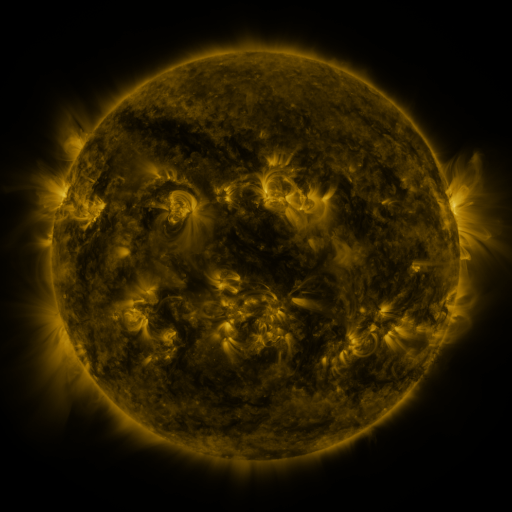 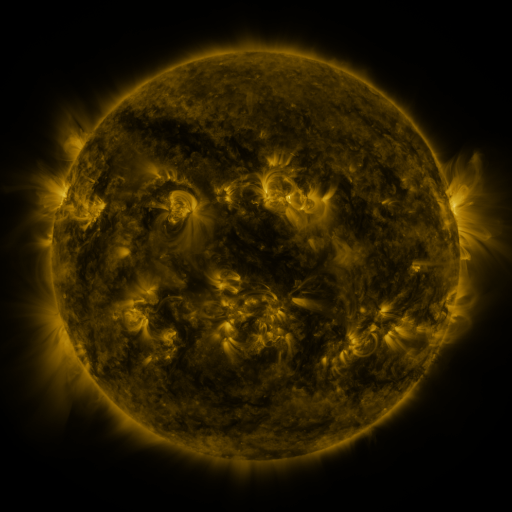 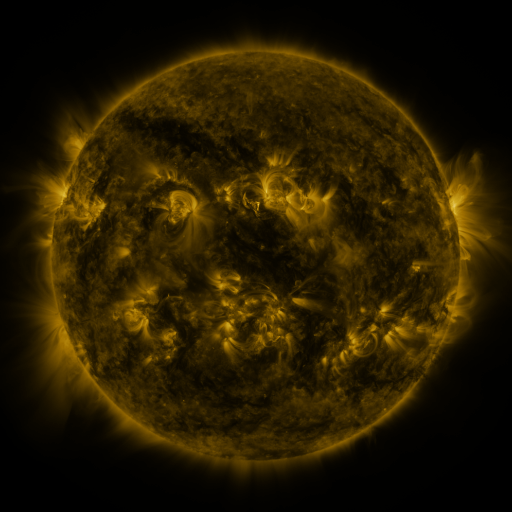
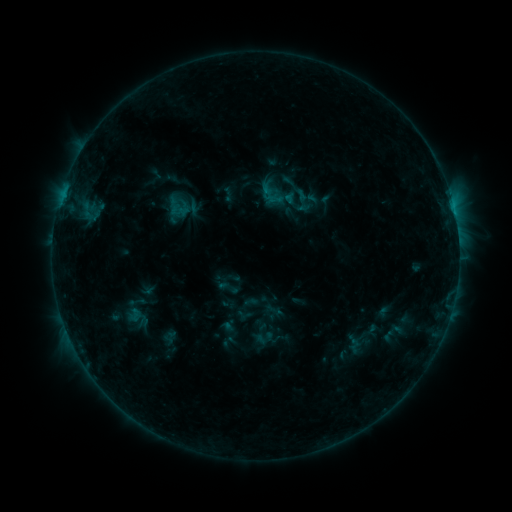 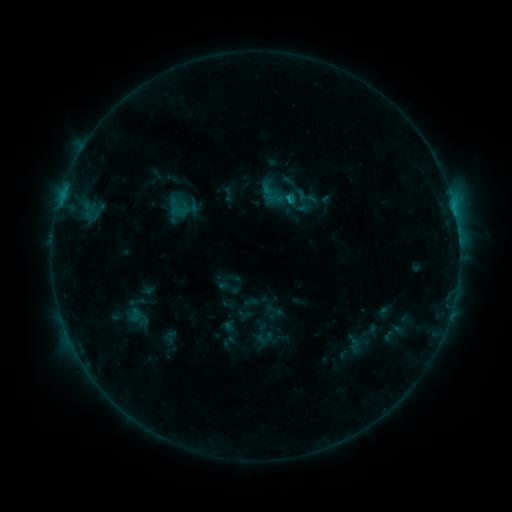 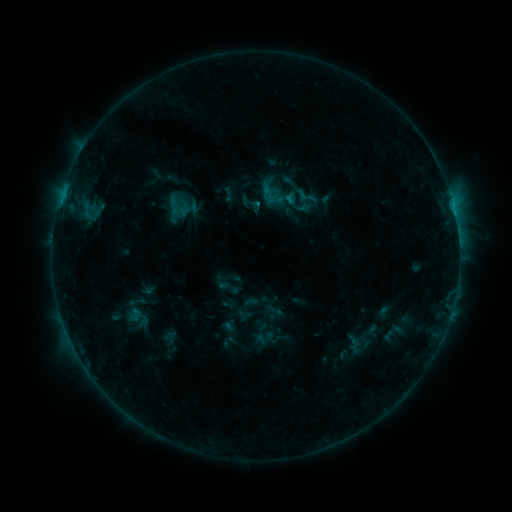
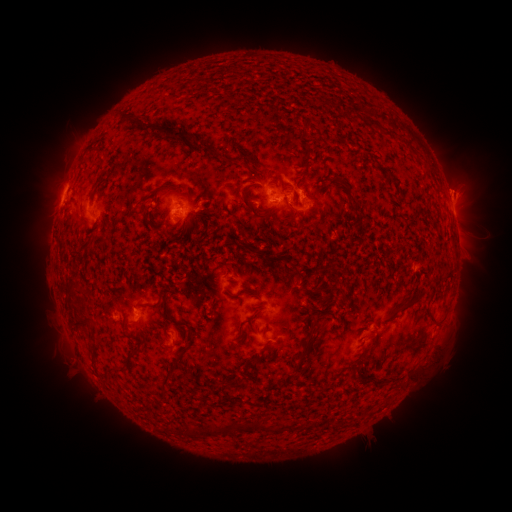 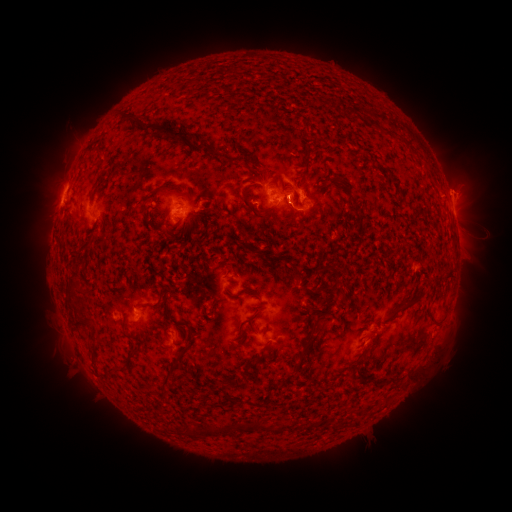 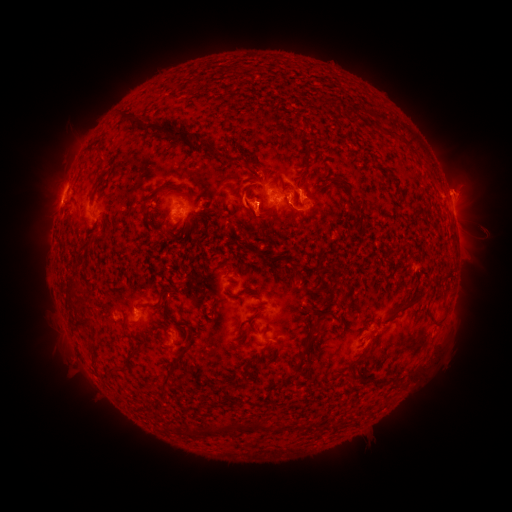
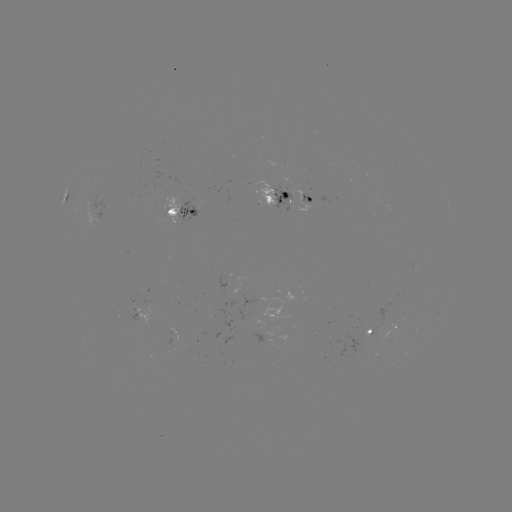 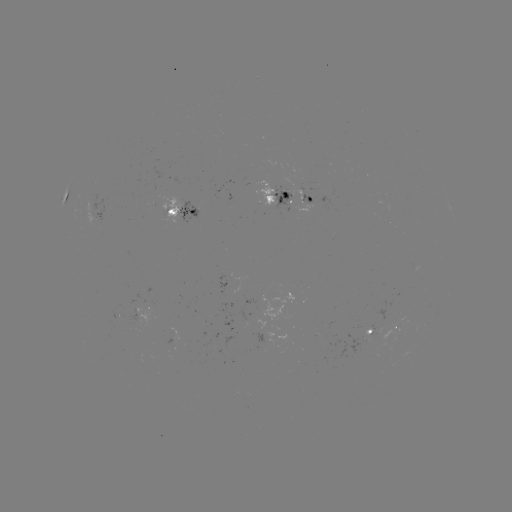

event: flare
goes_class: B7.7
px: (290, 202)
